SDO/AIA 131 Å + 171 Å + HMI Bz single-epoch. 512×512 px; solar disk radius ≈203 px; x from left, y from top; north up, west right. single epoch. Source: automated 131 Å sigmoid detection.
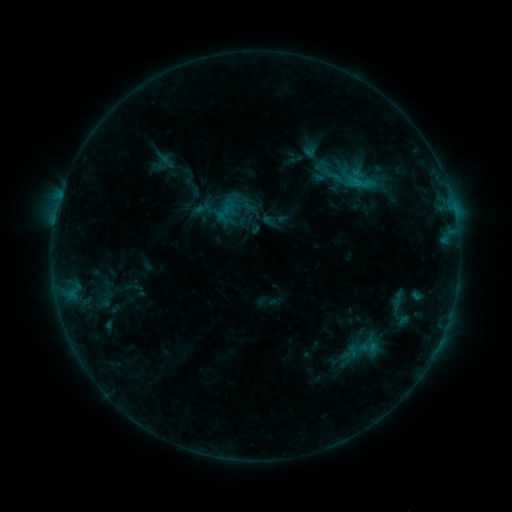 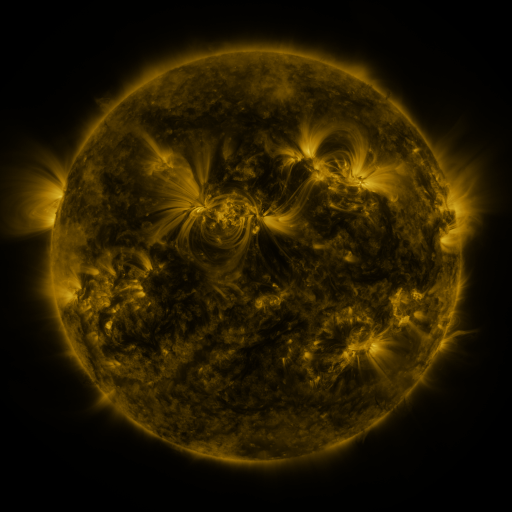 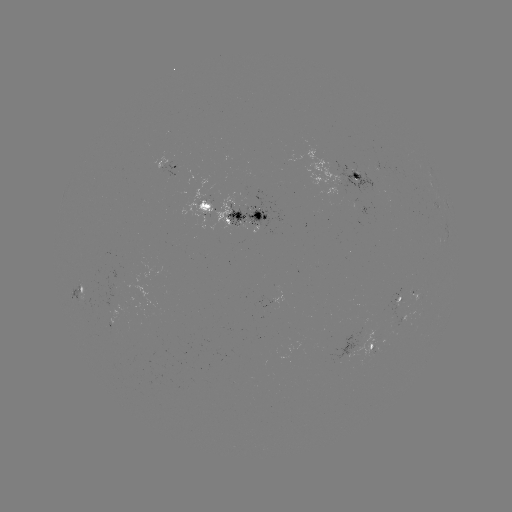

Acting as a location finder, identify sigmoid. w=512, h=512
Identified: (333, 175).